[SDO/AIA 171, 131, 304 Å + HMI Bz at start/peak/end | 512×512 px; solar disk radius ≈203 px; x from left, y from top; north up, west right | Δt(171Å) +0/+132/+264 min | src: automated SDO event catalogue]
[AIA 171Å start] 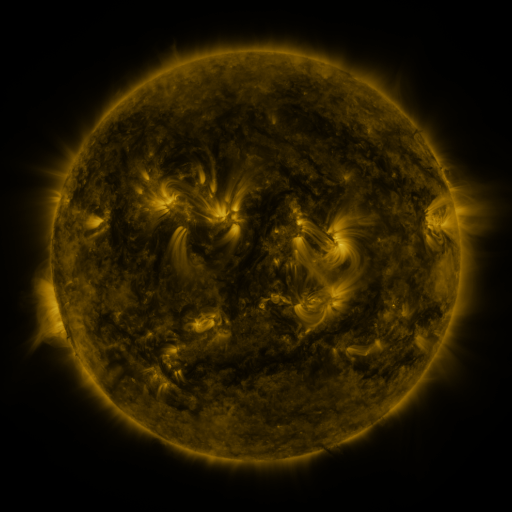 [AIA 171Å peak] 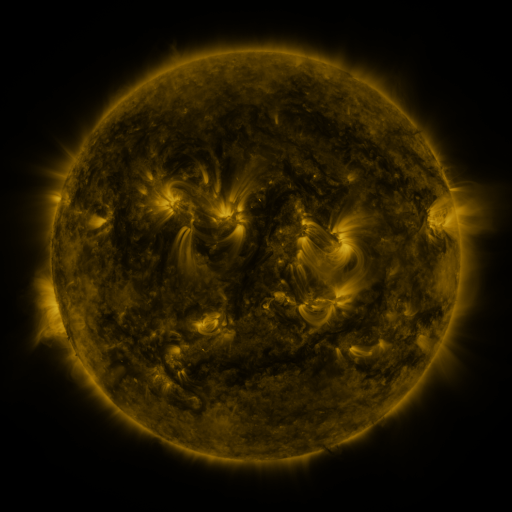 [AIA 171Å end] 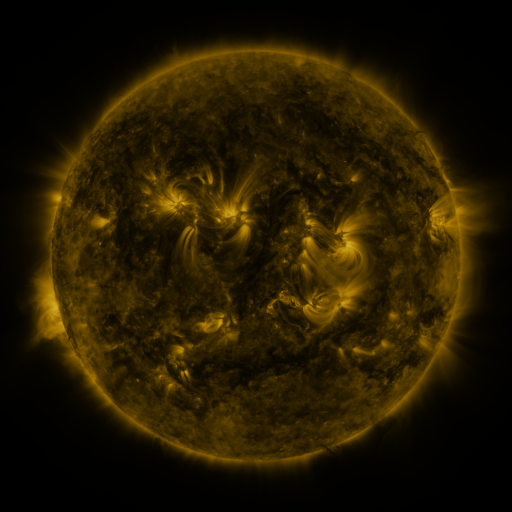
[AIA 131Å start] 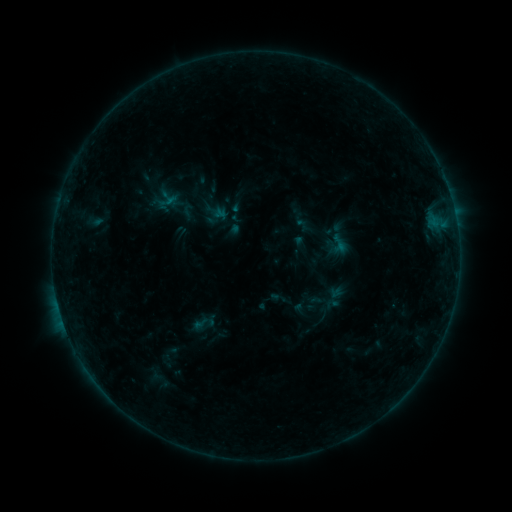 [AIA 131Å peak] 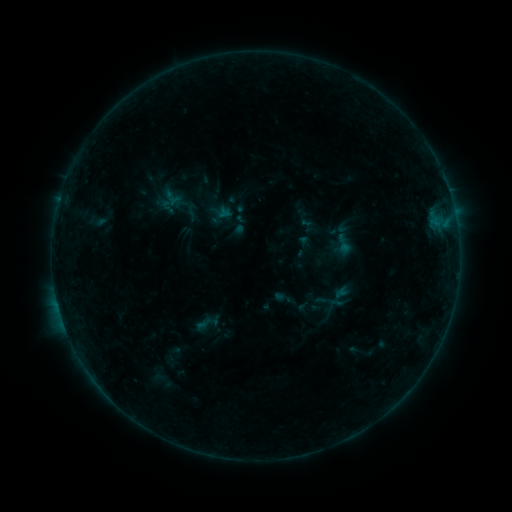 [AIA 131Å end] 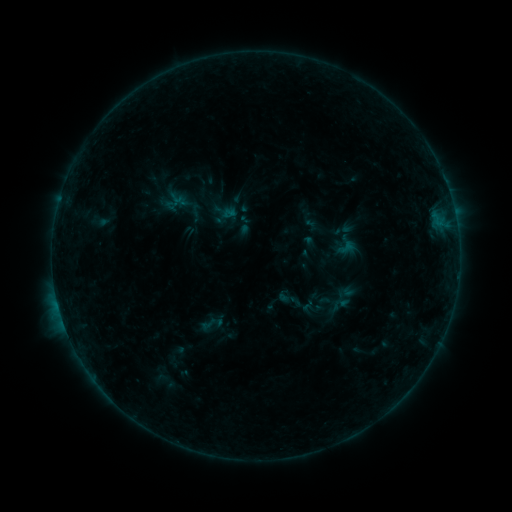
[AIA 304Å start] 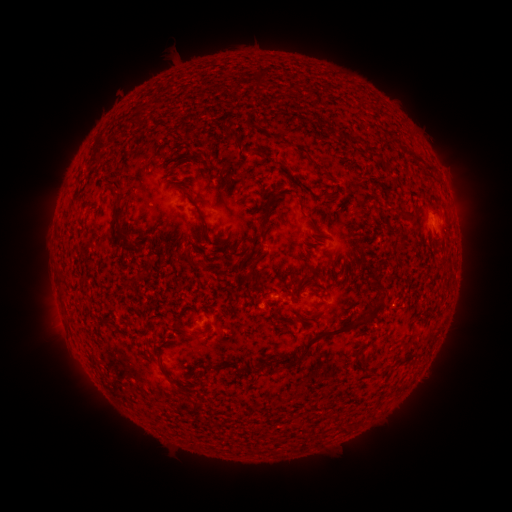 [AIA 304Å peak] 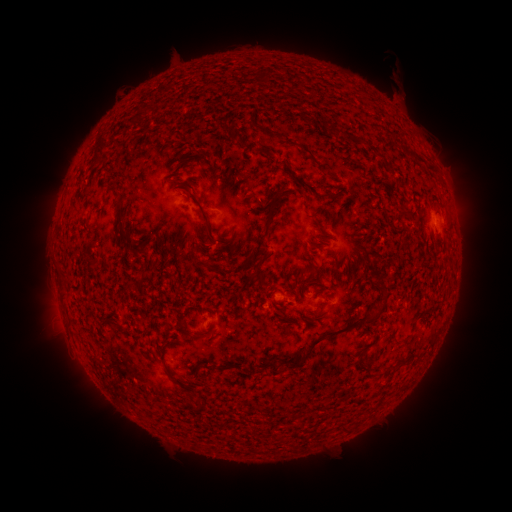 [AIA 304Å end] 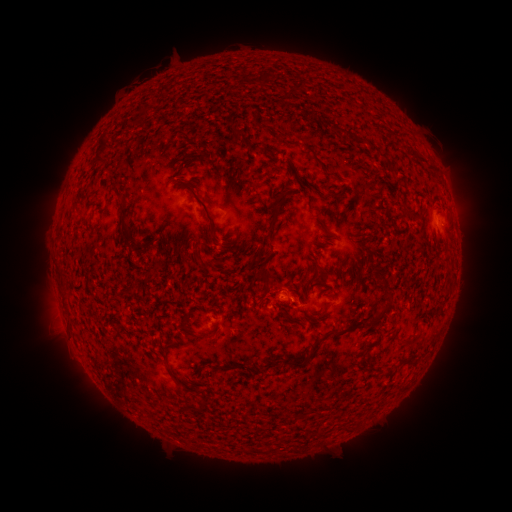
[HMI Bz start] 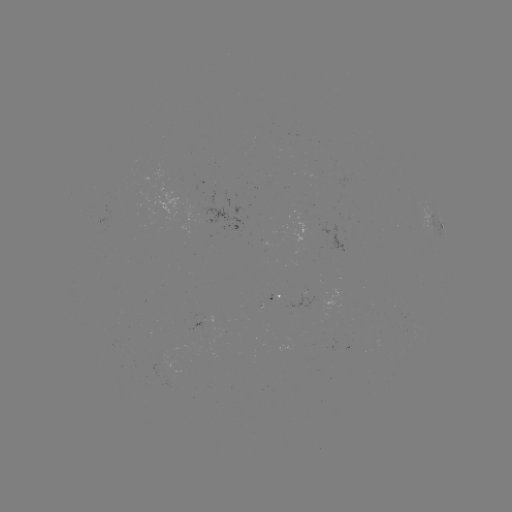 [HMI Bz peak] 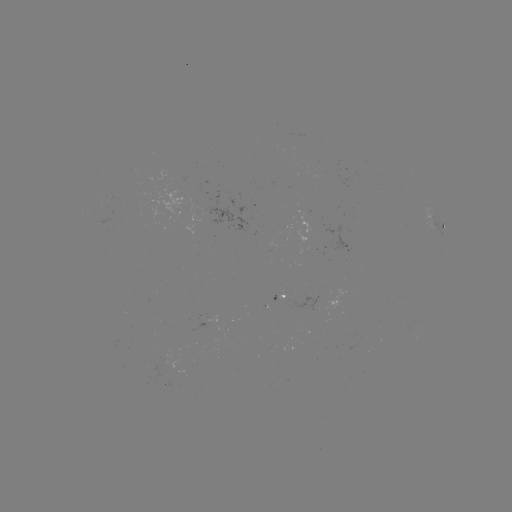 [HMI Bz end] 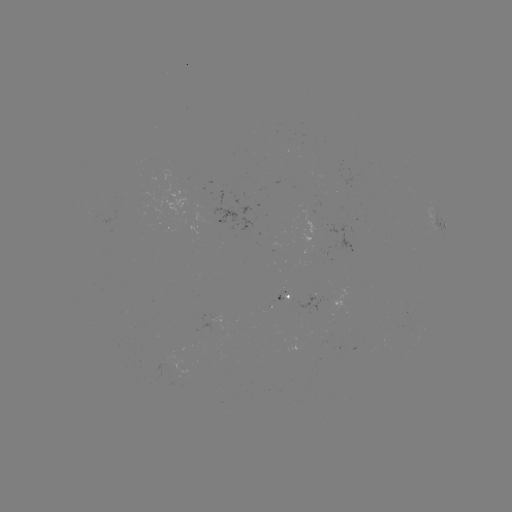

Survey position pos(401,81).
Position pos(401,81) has filament eruption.